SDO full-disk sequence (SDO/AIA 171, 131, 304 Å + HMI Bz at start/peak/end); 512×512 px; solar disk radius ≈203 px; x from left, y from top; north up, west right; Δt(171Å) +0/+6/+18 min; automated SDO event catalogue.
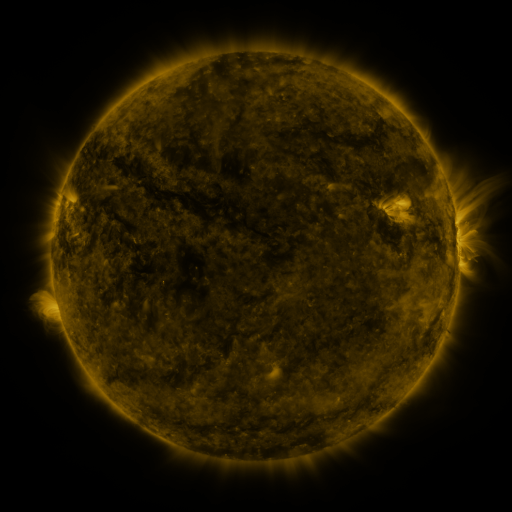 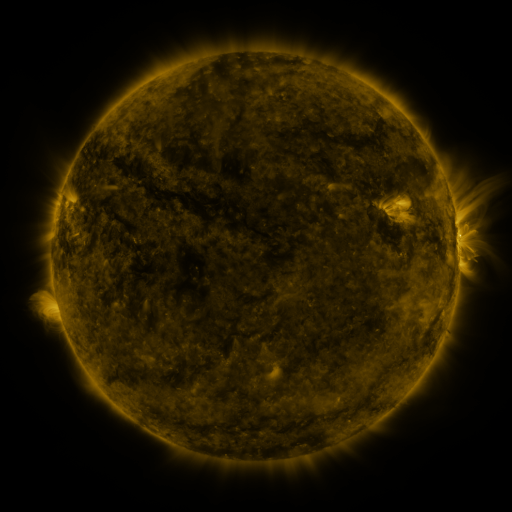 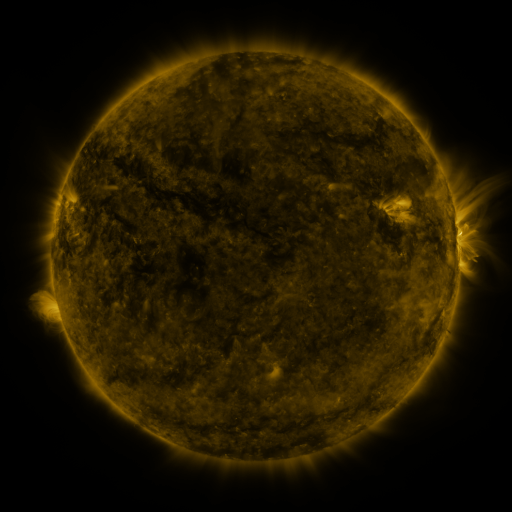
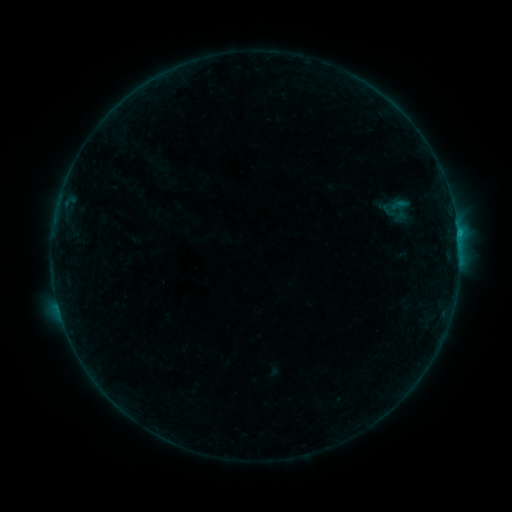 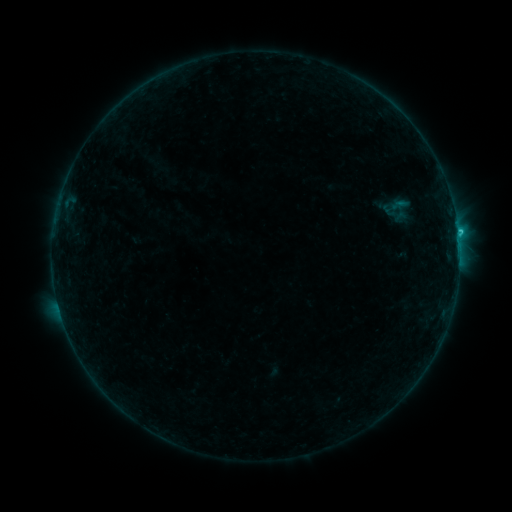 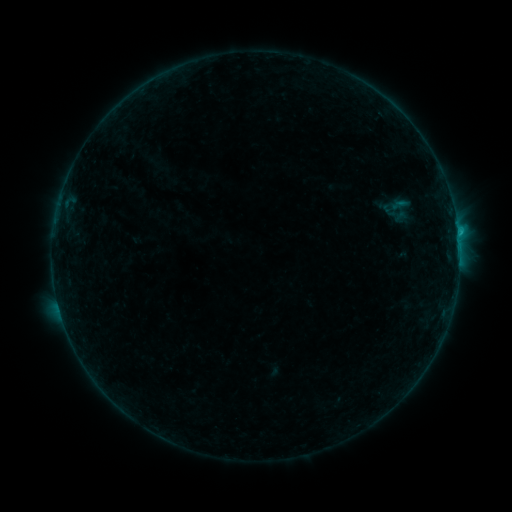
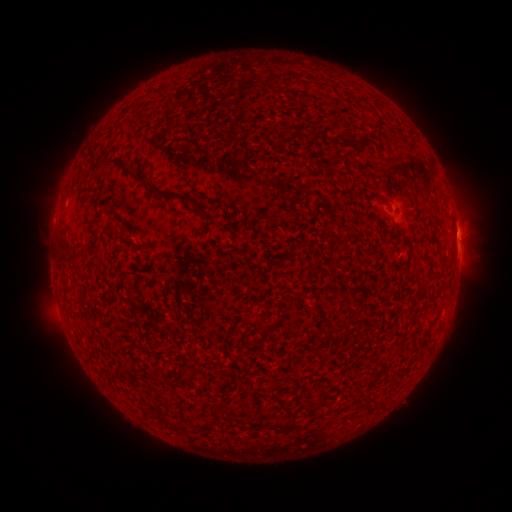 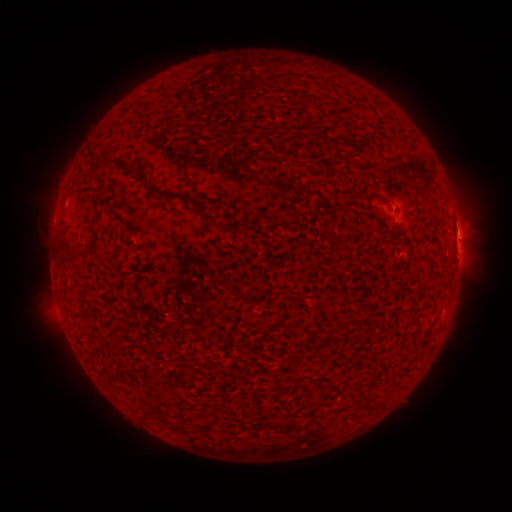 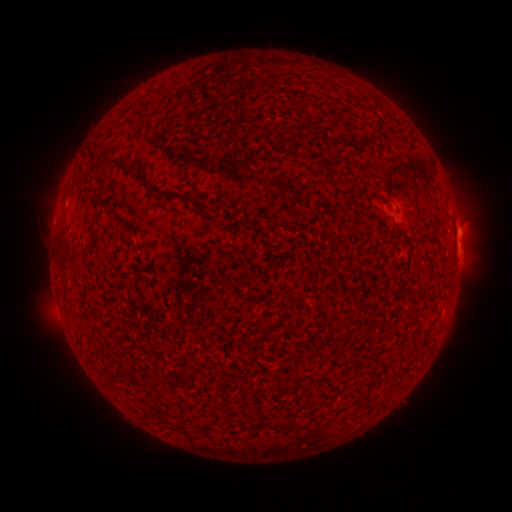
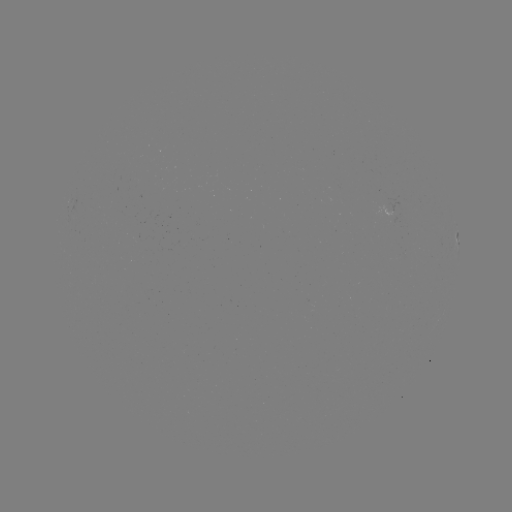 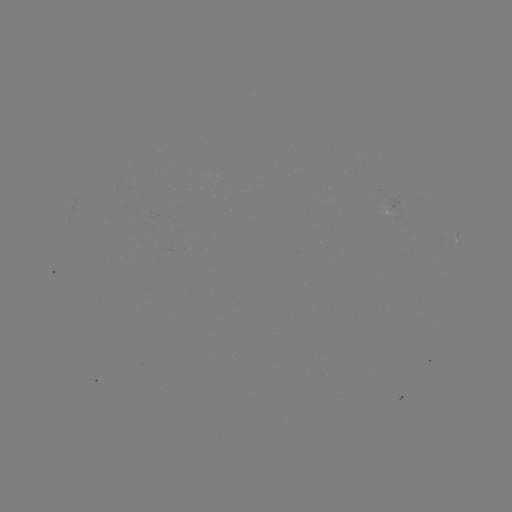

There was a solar flare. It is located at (457, 231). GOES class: B9.6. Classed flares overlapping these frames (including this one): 1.